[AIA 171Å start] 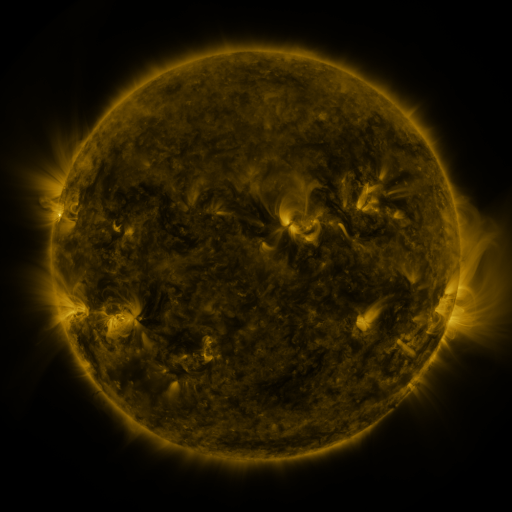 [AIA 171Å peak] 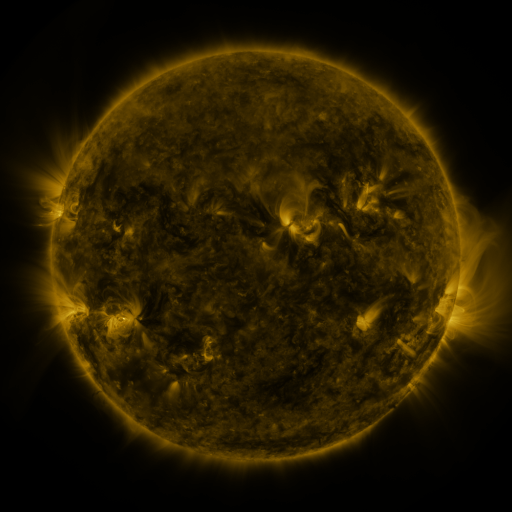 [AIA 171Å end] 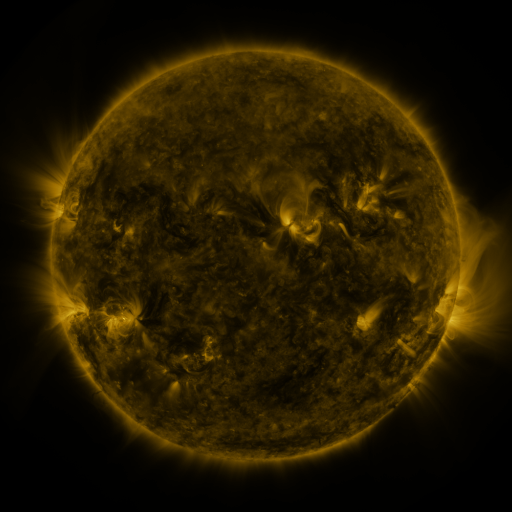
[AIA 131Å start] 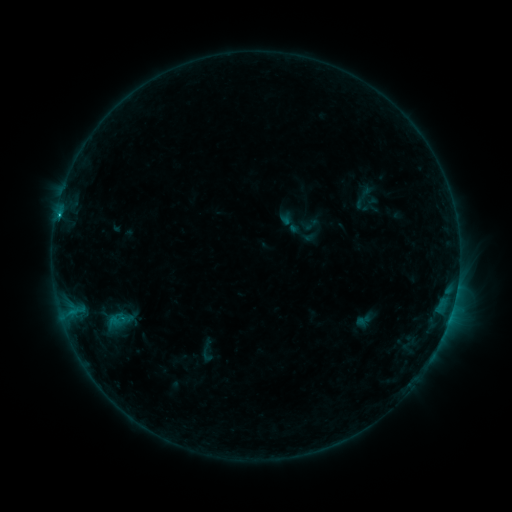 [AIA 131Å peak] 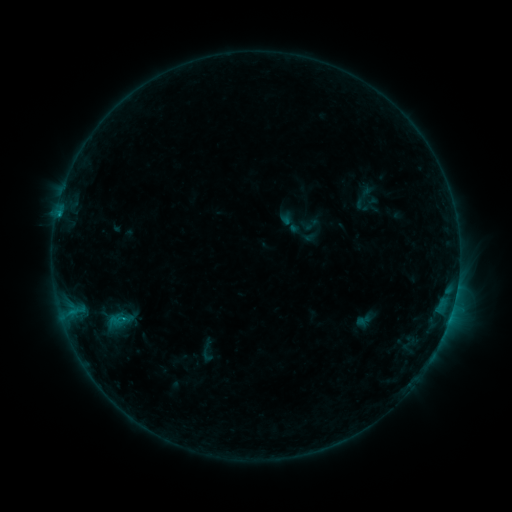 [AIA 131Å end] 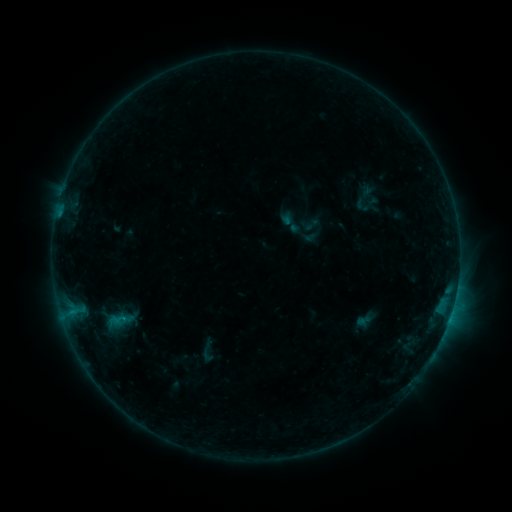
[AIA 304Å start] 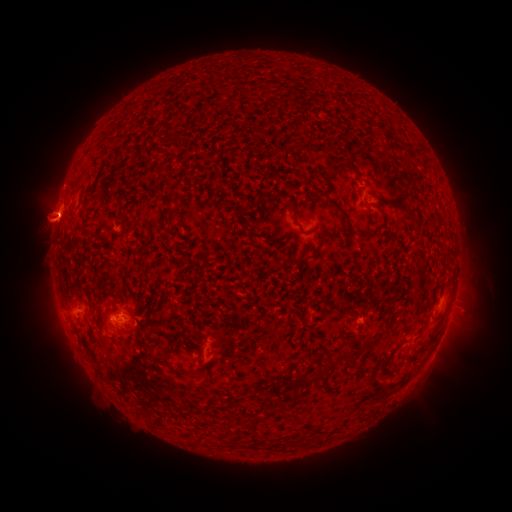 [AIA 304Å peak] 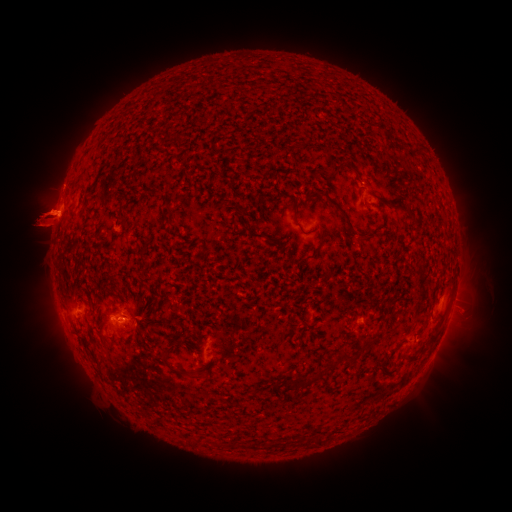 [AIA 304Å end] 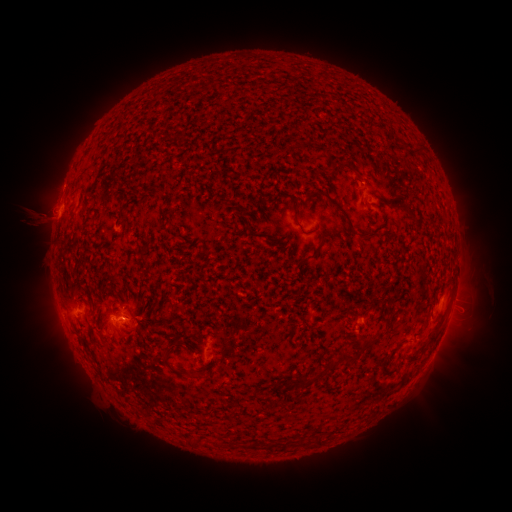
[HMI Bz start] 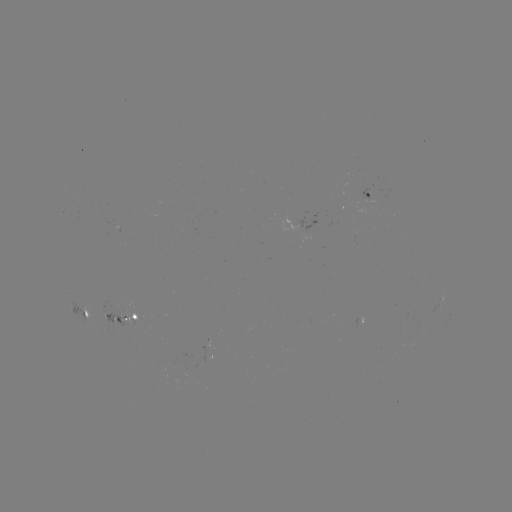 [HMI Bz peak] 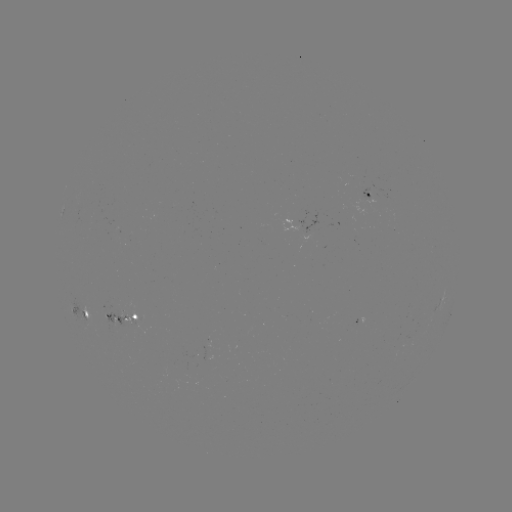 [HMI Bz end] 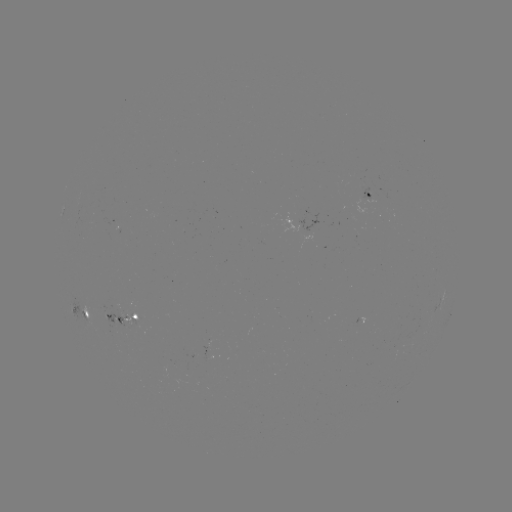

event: eruption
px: (40, 220)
